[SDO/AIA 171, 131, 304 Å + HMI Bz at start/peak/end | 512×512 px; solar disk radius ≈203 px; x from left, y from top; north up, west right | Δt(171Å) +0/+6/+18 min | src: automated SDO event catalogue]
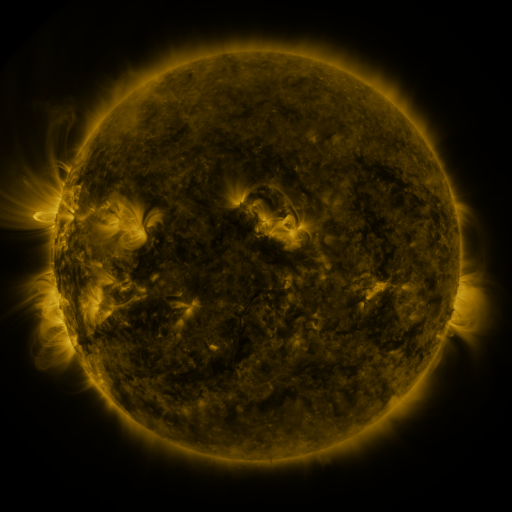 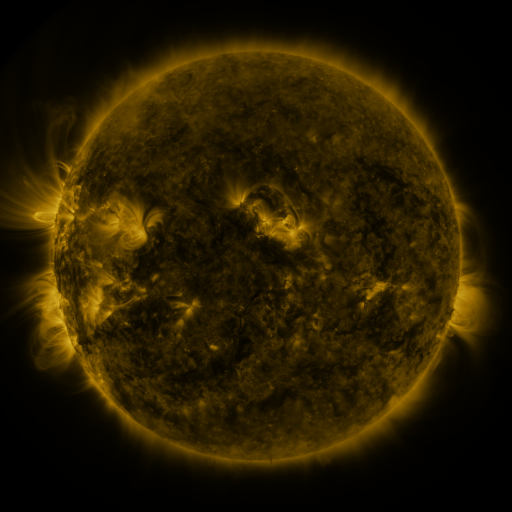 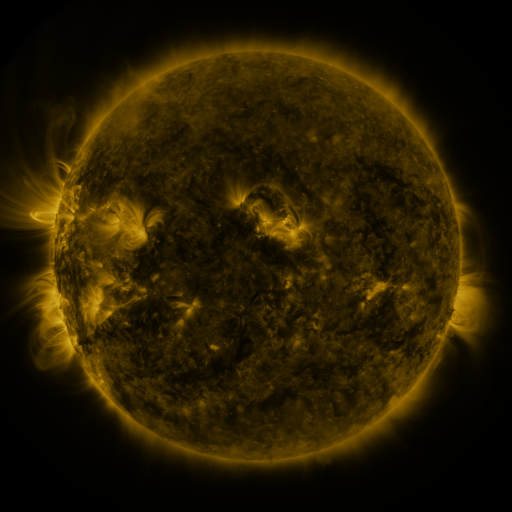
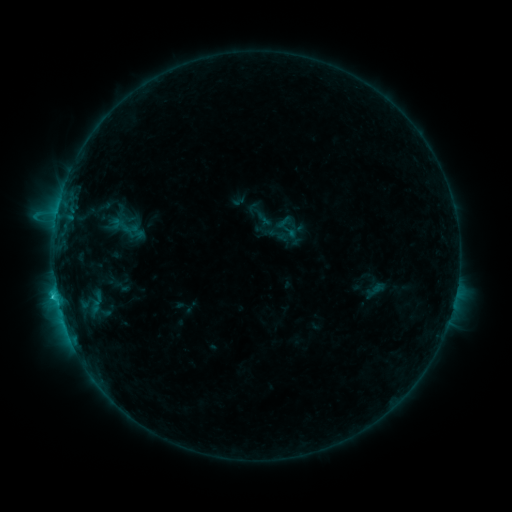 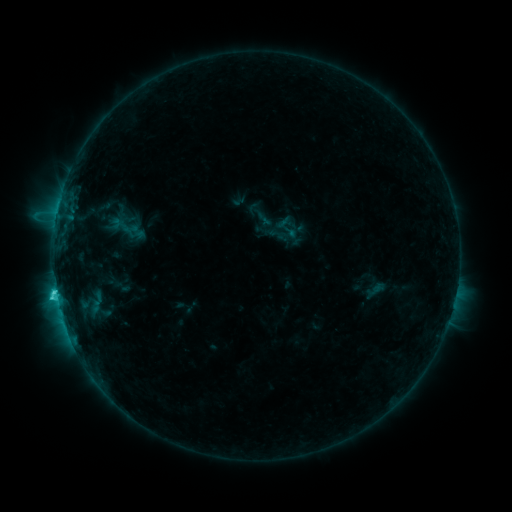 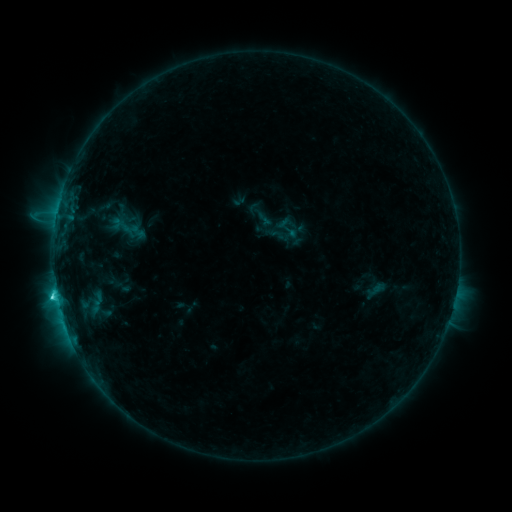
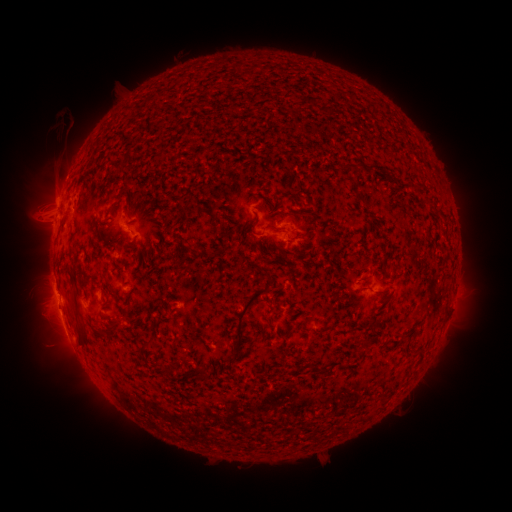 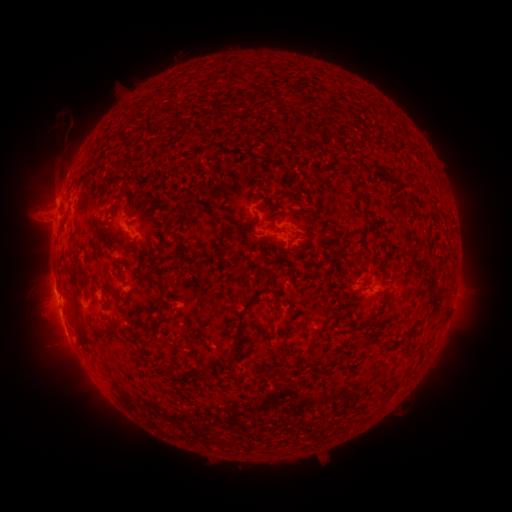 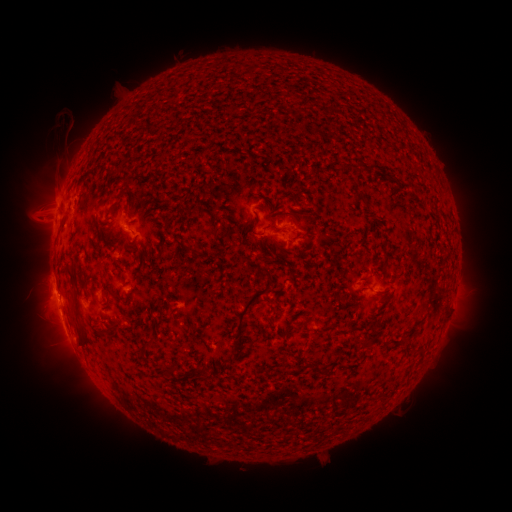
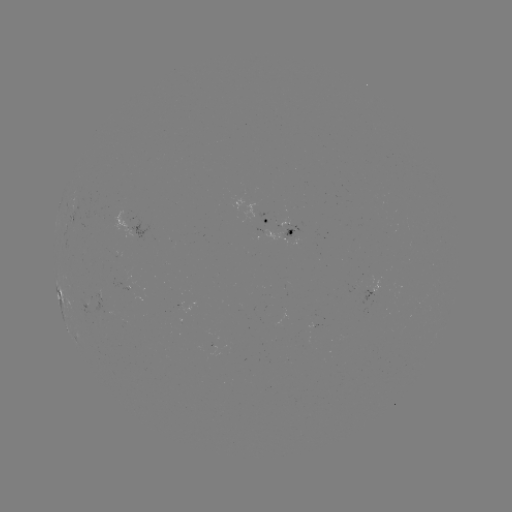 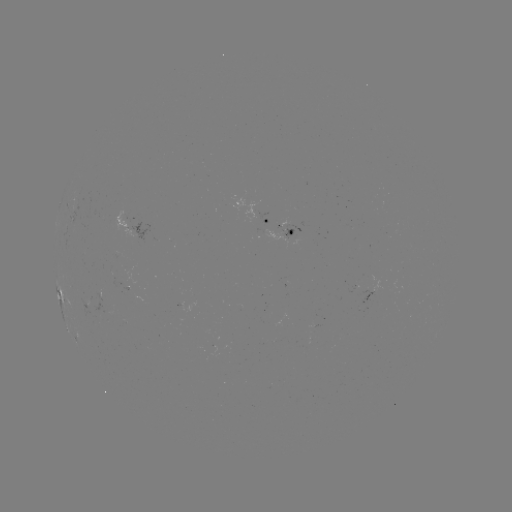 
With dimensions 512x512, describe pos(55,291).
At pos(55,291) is C3.6 flare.